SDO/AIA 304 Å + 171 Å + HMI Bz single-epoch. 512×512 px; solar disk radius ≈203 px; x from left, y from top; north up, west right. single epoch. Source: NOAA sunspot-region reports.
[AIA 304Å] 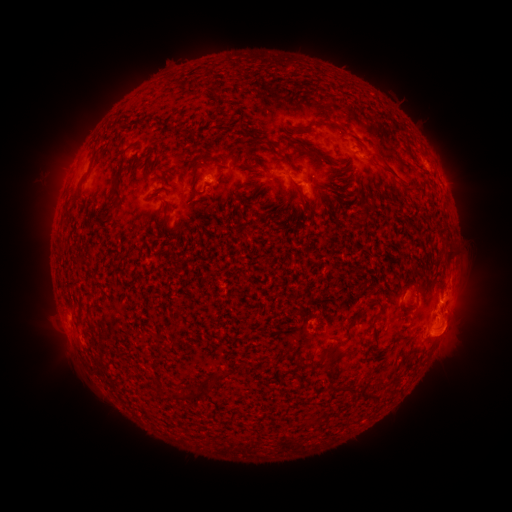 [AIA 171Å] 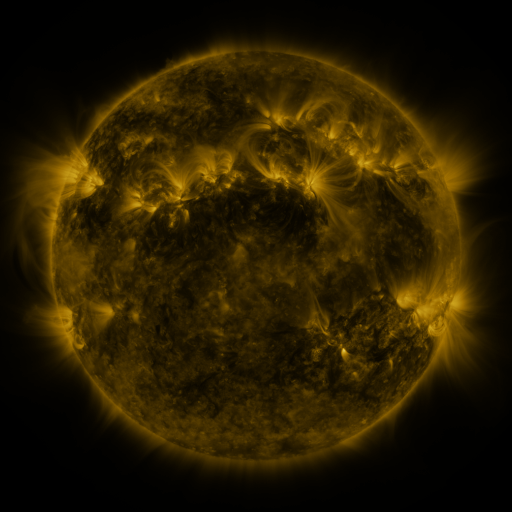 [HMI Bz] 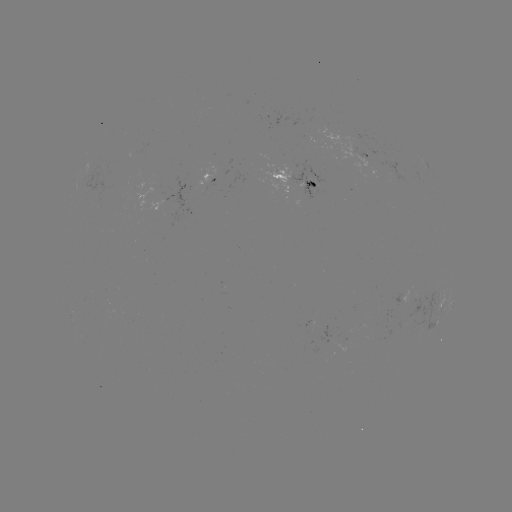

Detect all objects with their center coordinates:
spotted active region: (370, 157)
spotted active region: (296, 181)
spotted active region: (204, 182)
spotted active region: (447, 310)
